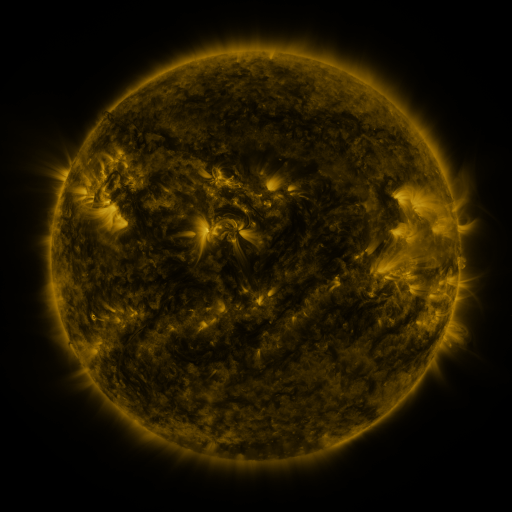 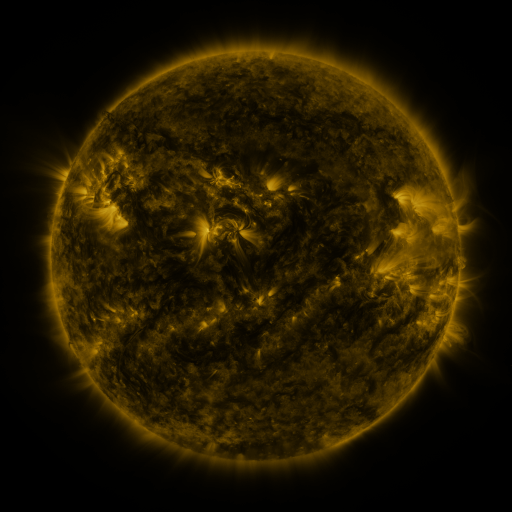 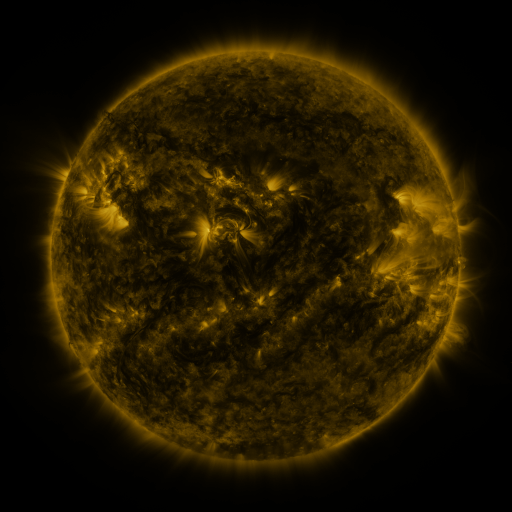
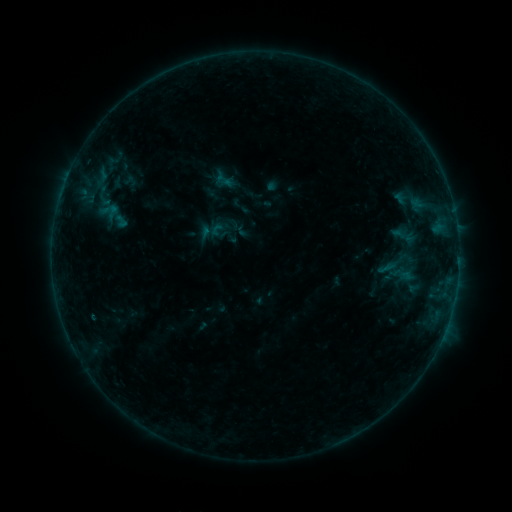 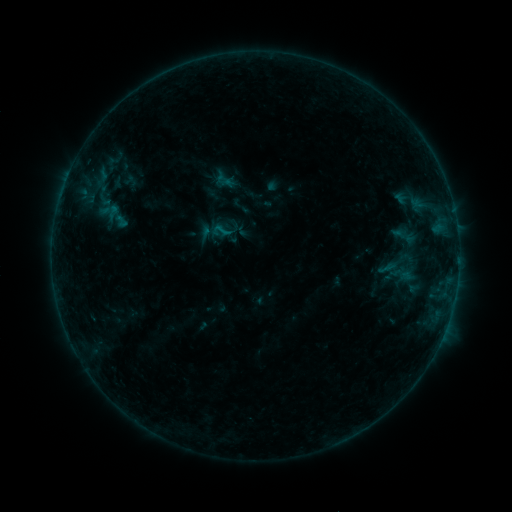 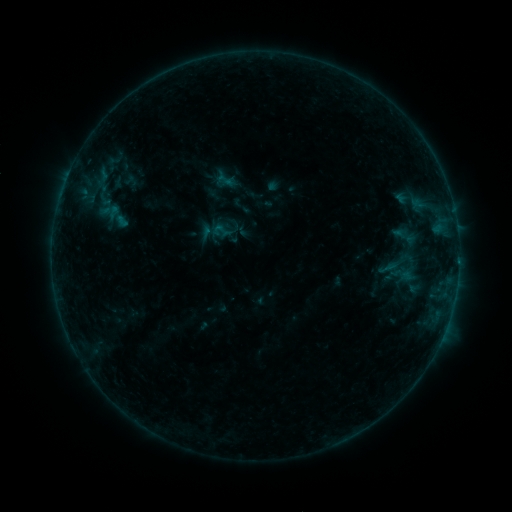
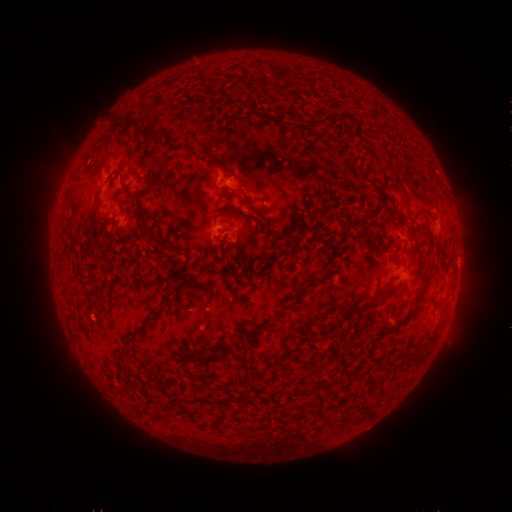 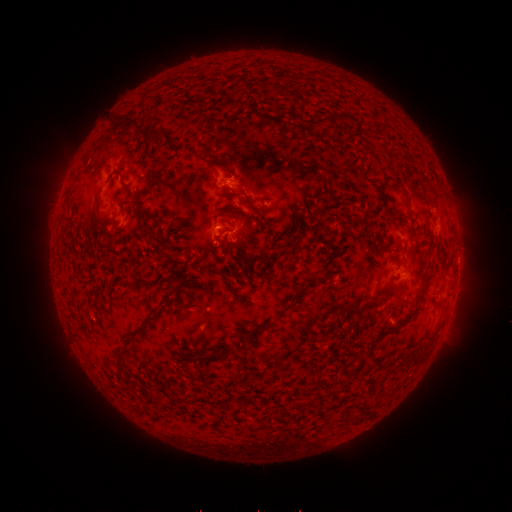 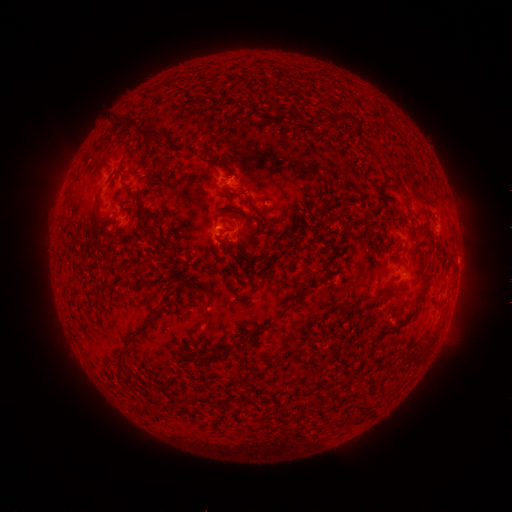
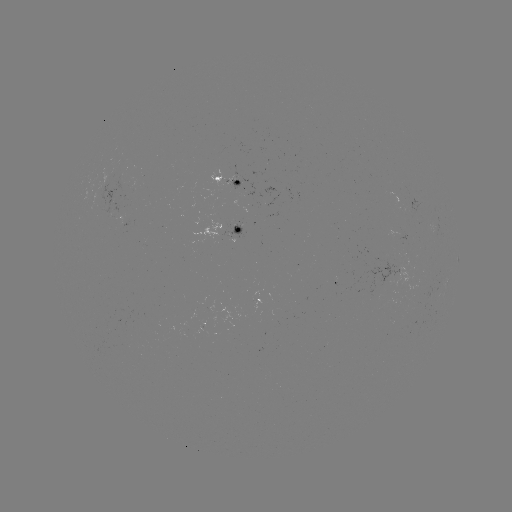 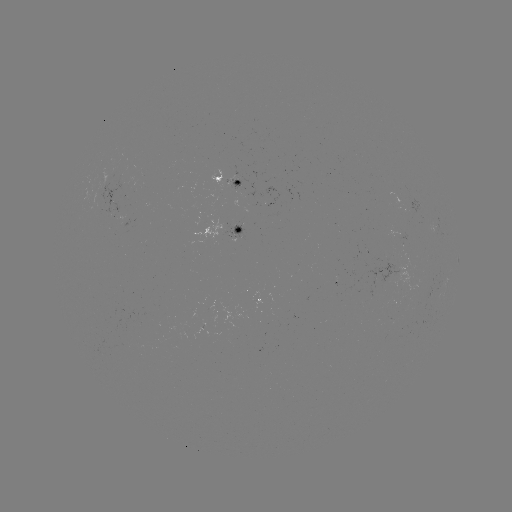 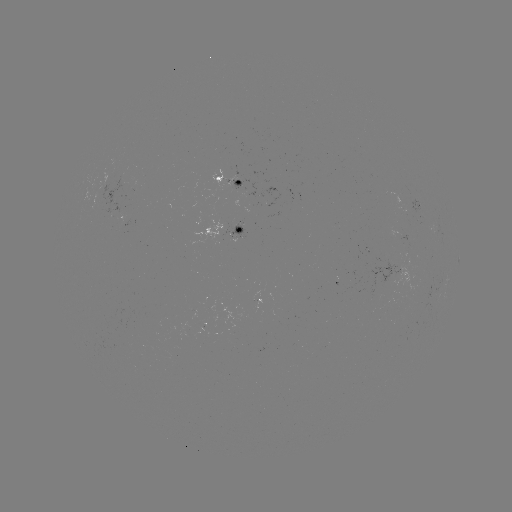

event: flare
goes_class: B4.4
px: (224, 230)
